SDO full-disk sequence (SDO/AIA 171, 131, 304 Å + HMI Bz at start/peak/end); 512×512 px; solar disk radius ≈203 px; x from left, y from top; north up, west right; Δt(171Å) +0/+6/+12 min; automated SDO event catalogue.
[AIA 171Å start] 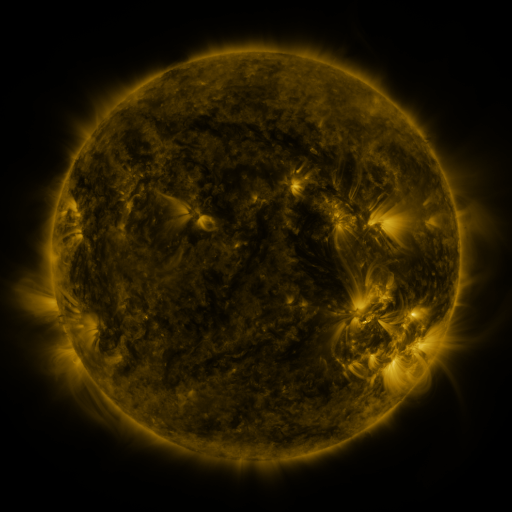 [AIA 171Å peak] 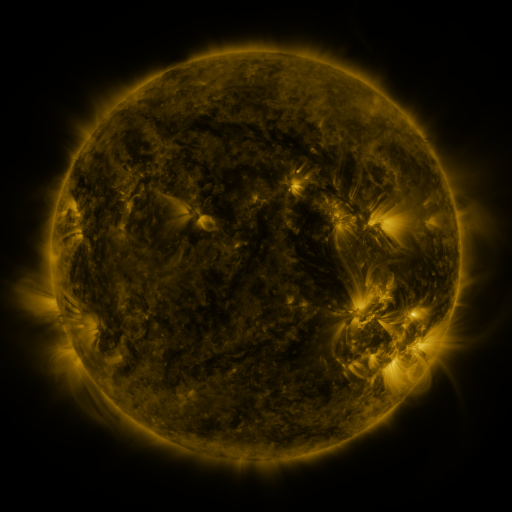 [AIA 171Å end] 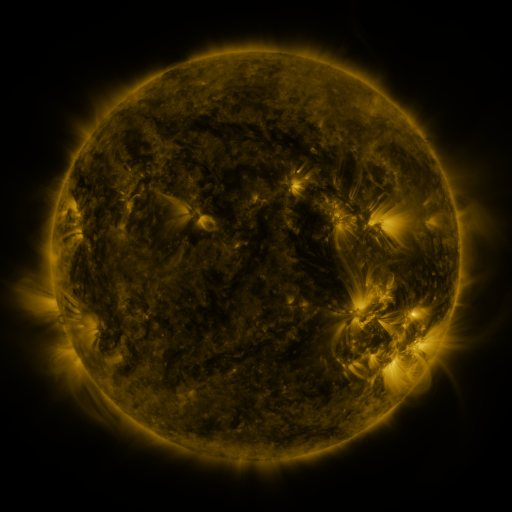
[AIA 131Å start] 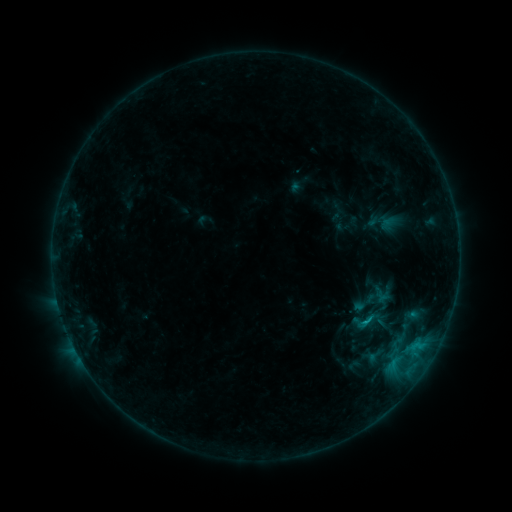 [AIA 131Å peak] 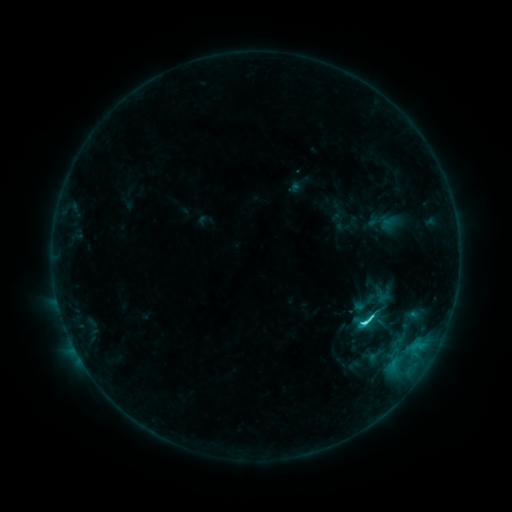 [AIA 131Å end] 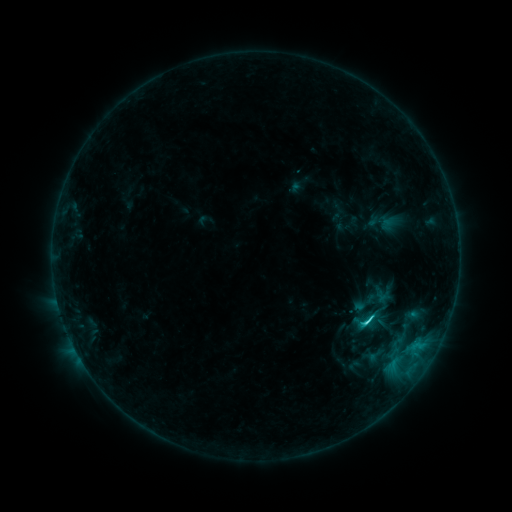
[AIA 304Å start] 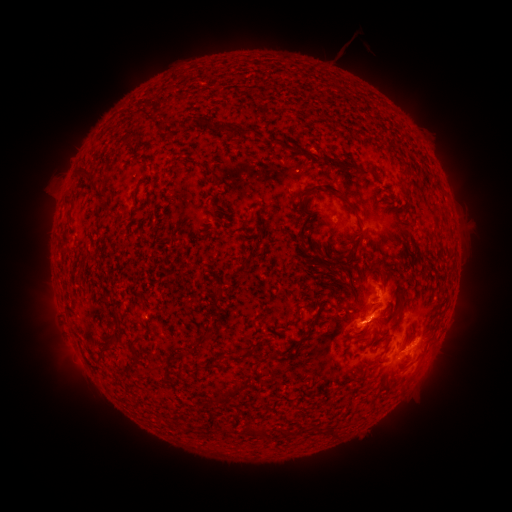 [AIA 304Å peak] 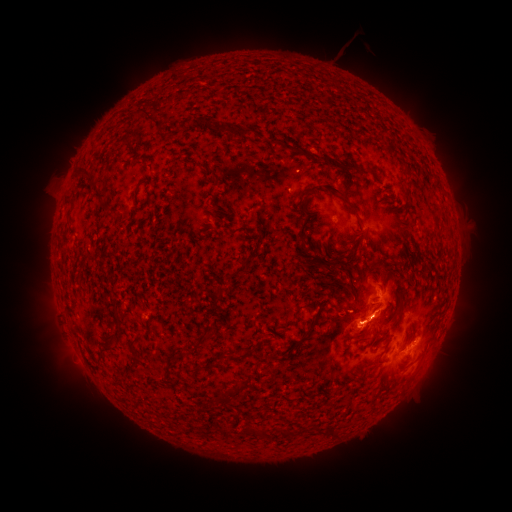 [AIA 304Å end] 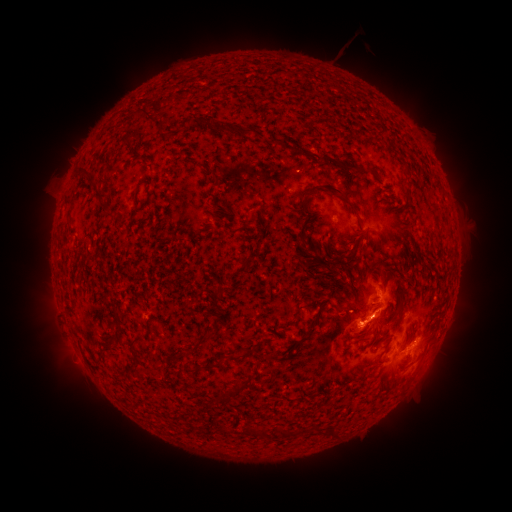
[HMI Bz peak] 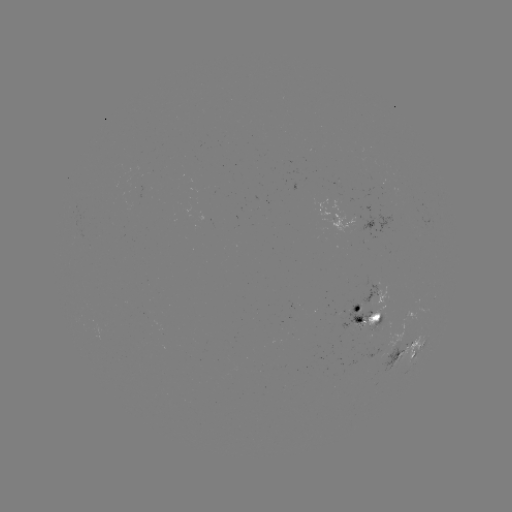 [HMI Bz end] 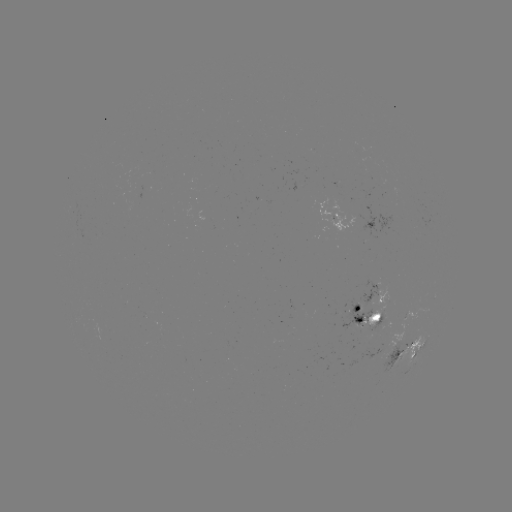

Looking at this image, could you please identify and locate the C3.9 flare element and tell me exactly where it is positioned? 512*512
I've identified C3.9 flare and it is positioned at [361, 322].